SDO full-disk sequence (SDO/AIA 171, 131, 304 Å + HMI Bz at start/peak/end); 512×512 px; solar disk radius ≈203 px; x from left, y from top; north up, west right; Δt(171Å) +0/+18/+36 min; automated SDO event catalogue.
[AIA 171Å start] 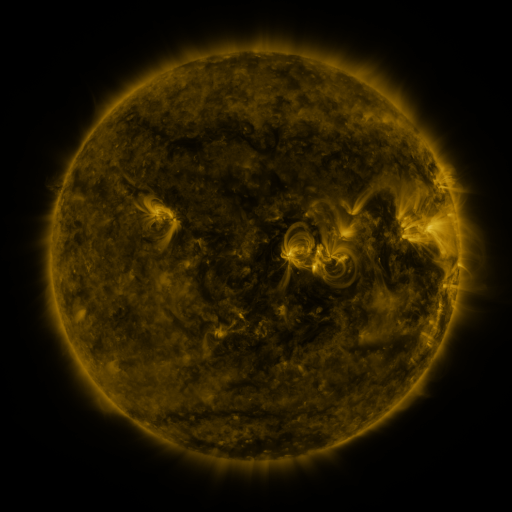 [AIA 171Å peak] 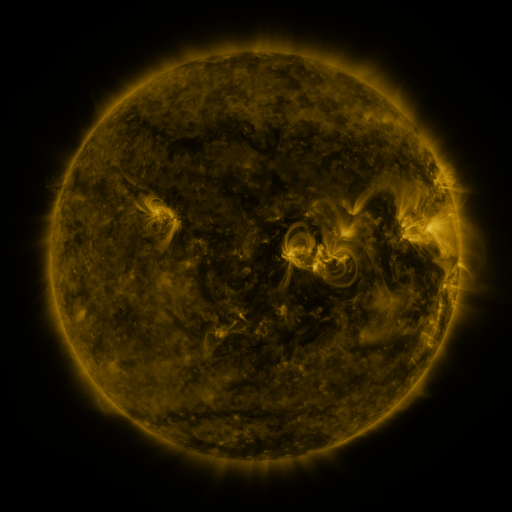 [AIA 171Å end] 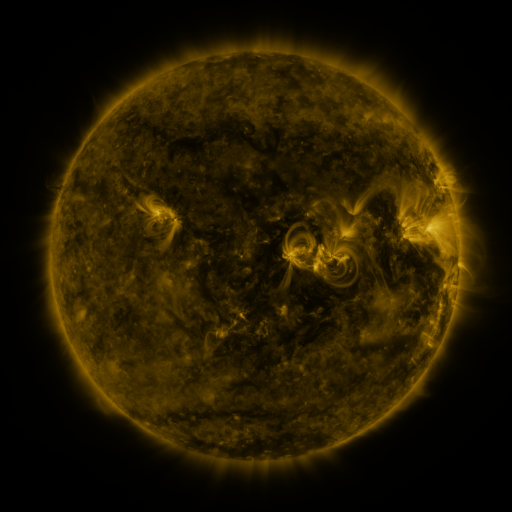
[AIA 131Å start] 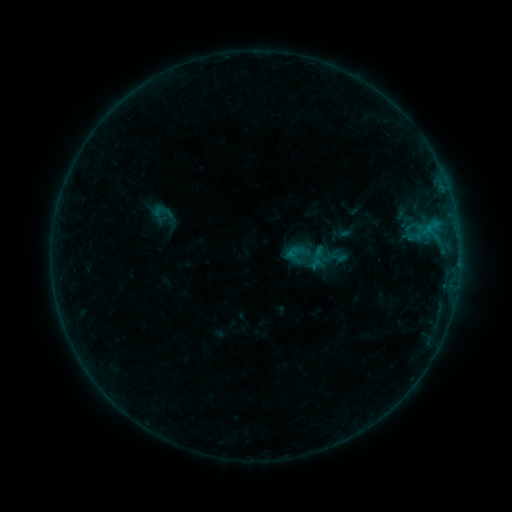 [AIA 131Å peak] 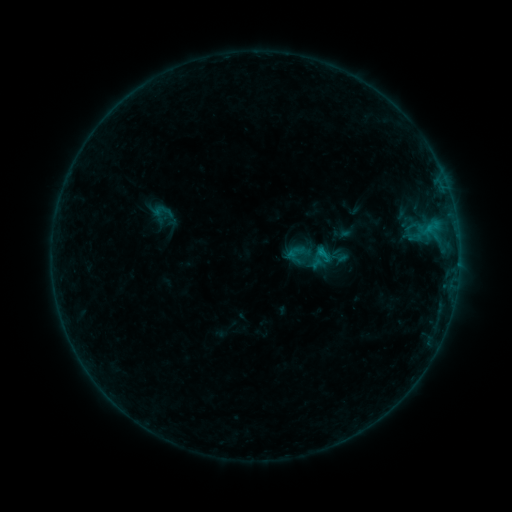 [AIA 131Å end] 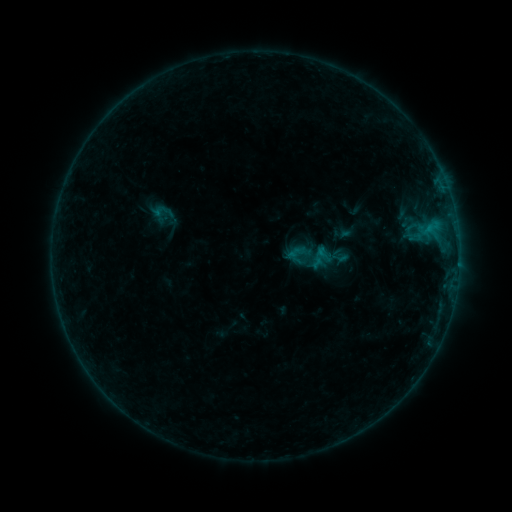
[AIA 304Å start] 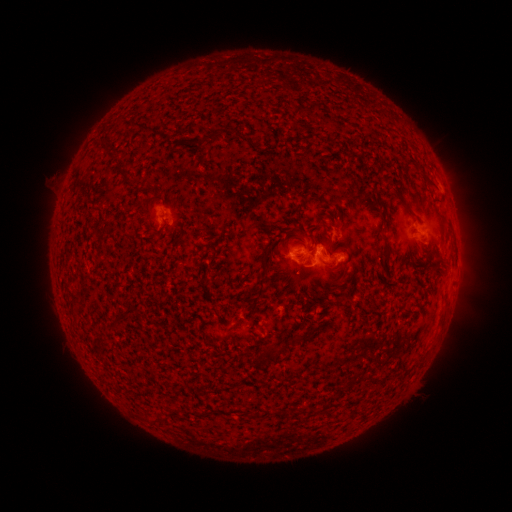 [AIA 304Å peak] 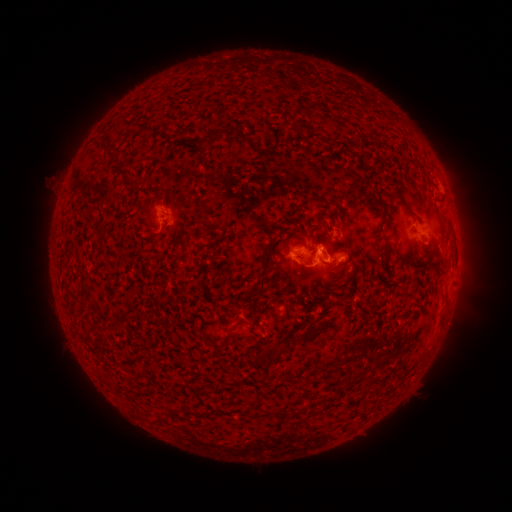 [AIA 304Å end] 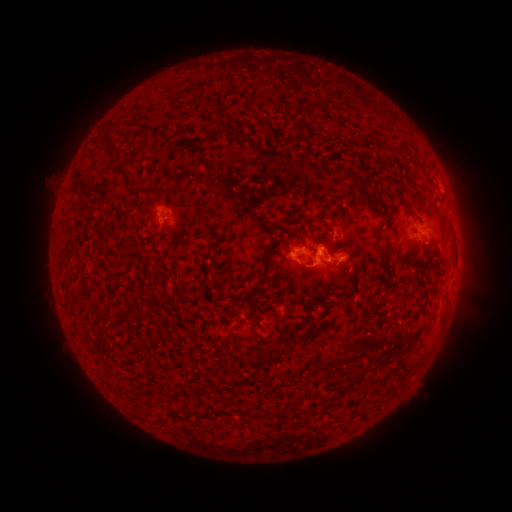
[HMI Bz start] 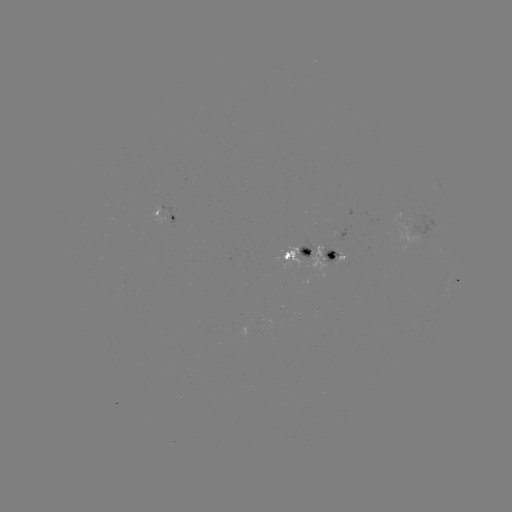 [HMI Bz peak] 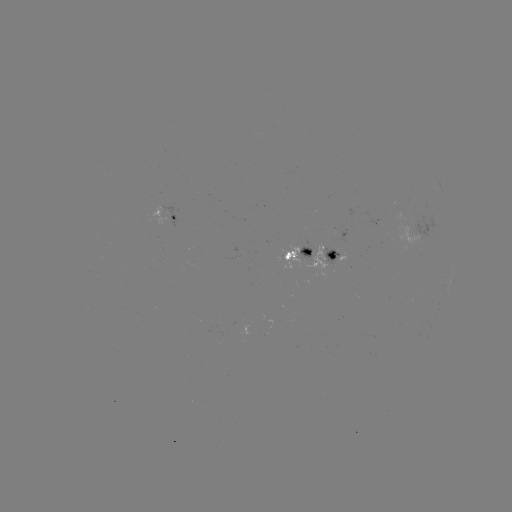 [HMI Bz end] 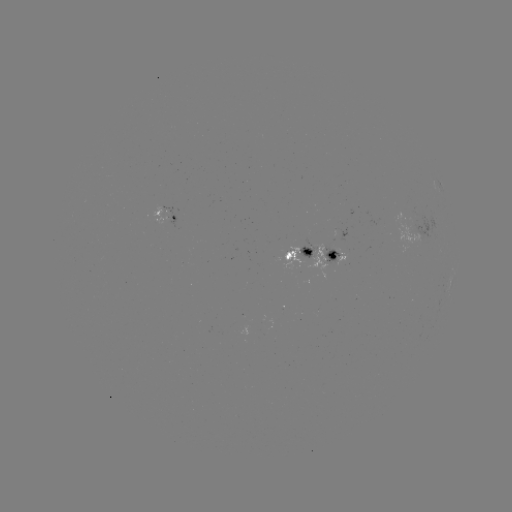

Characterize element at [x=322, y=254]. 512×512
B4.7 flare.